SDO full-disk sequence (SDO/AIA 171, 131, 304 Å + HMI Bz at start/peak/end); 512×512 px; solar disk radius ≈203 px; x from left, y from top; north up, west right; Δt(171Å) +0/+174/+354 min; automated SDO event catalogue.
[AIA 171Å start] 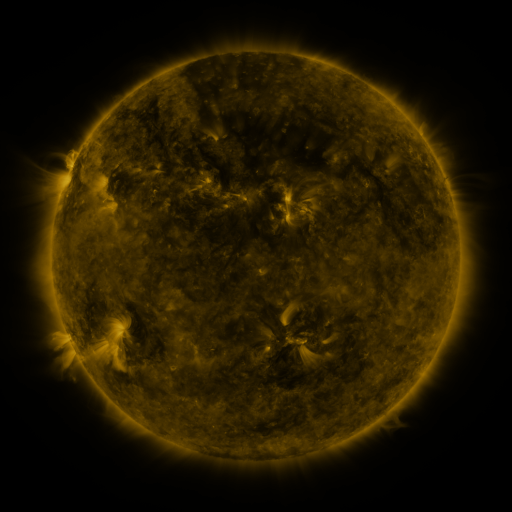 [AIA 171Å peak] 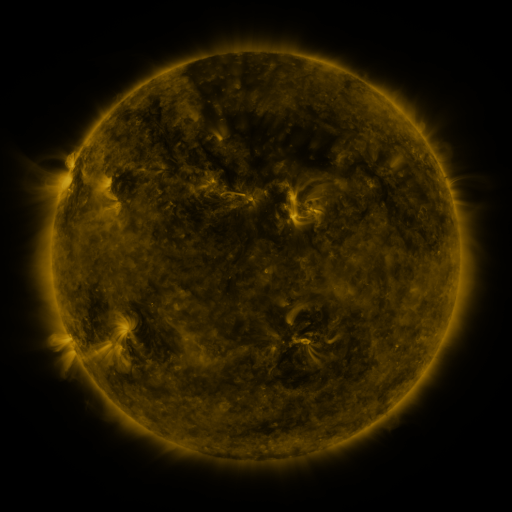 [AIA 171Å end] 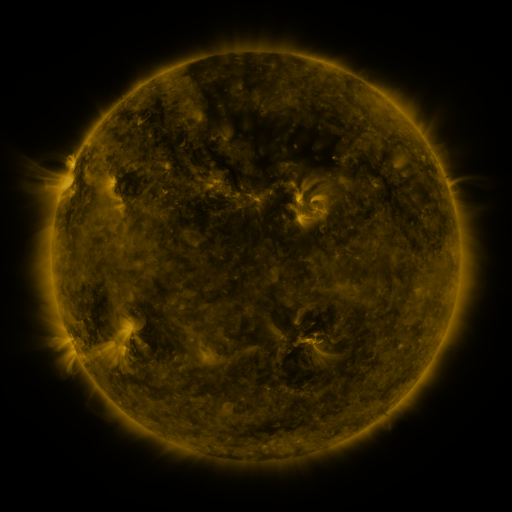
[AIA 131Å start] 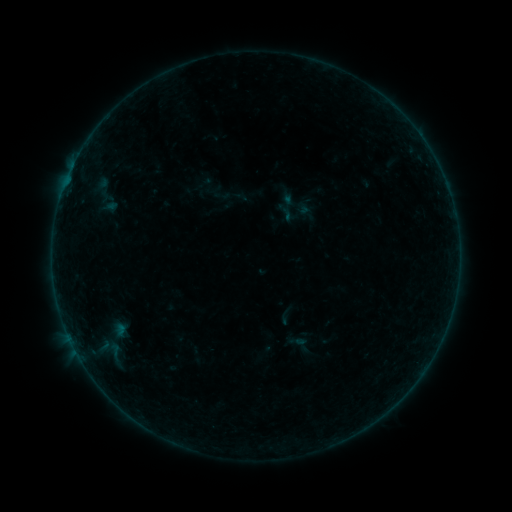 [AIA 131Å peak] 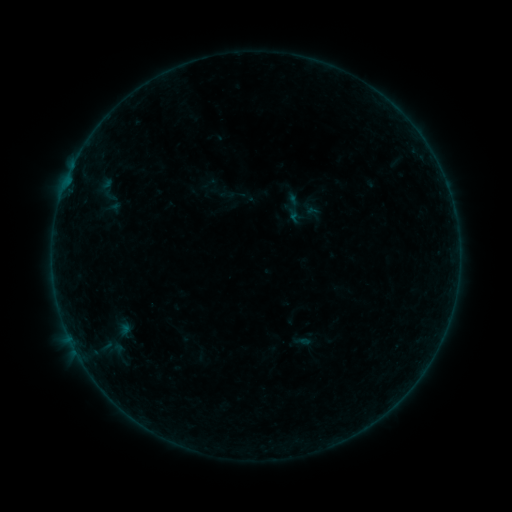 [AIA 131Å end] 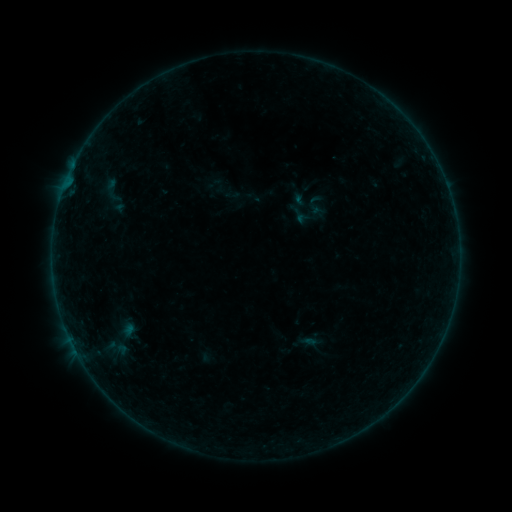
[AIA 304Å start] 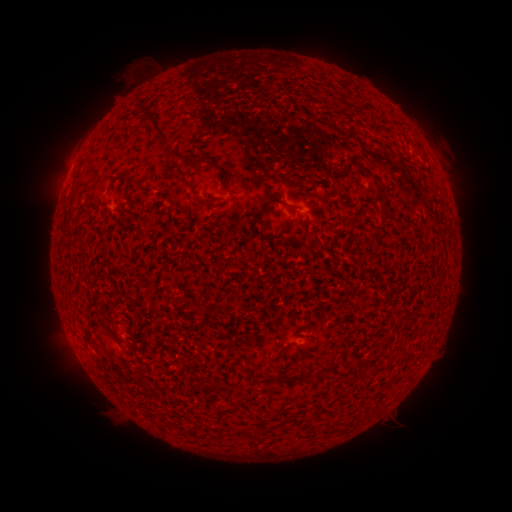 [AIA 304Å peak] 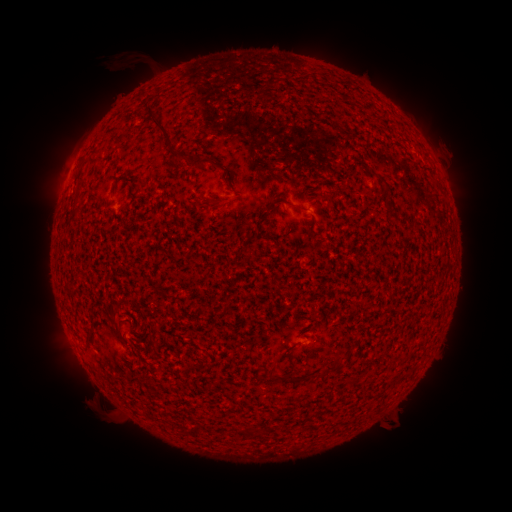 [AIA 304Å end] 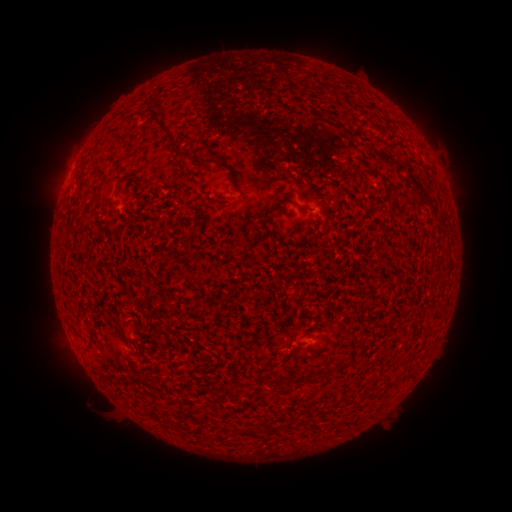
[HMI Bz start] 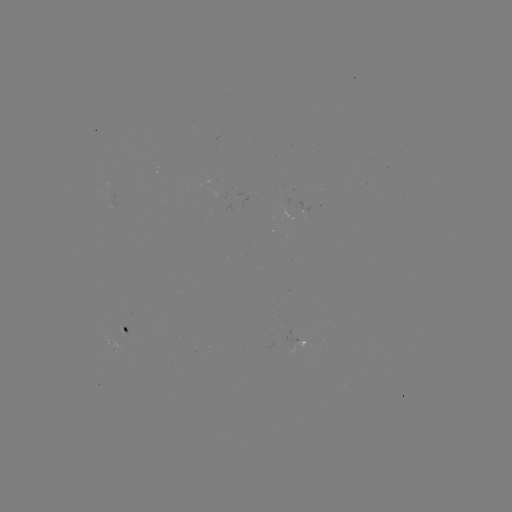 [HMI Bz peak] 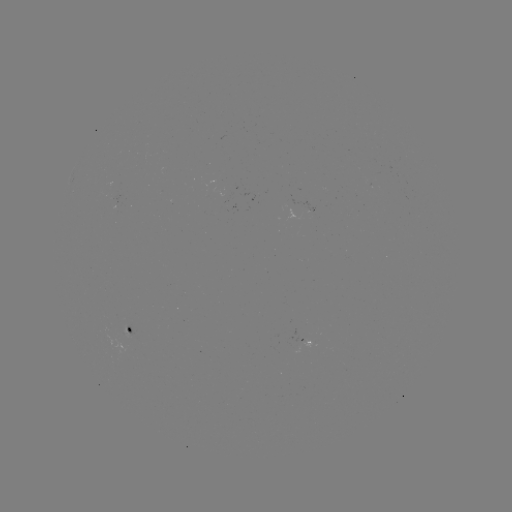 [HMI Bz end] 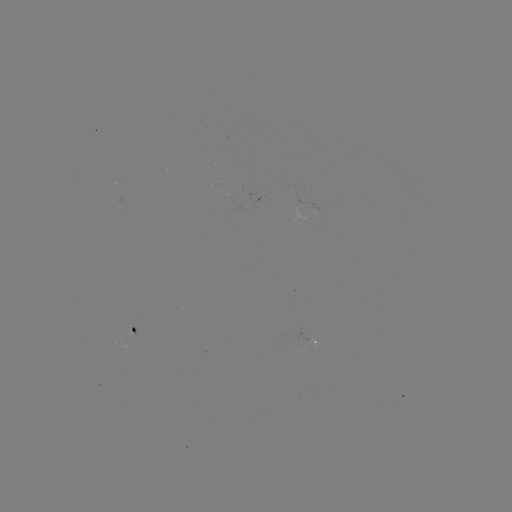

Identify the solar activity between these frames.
filament eruption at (123, 72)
